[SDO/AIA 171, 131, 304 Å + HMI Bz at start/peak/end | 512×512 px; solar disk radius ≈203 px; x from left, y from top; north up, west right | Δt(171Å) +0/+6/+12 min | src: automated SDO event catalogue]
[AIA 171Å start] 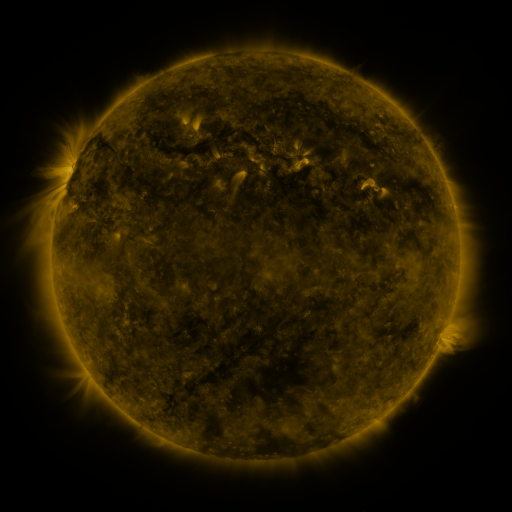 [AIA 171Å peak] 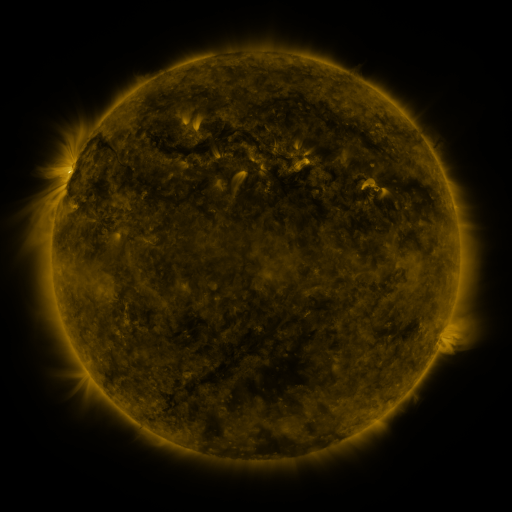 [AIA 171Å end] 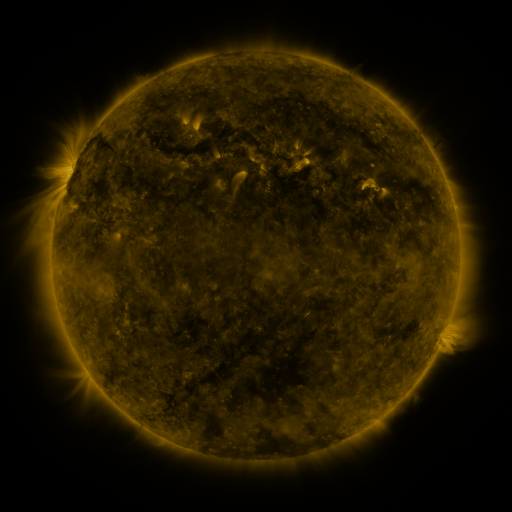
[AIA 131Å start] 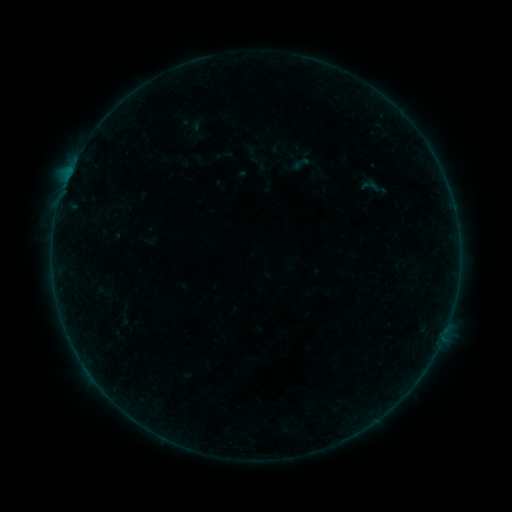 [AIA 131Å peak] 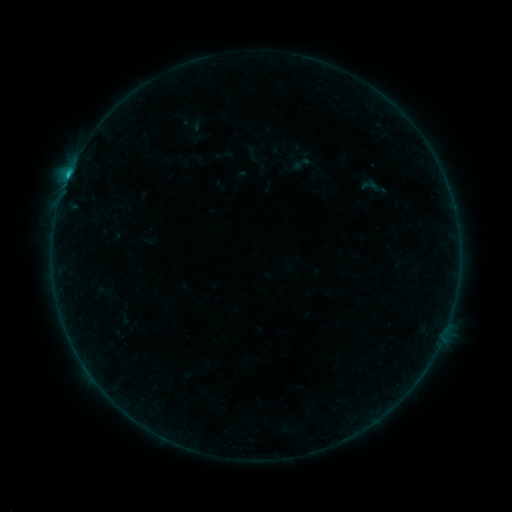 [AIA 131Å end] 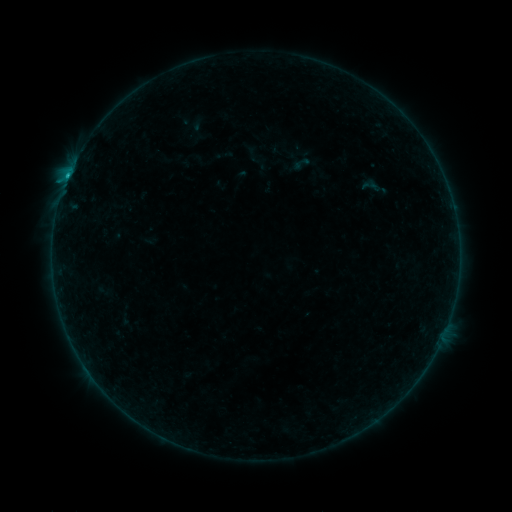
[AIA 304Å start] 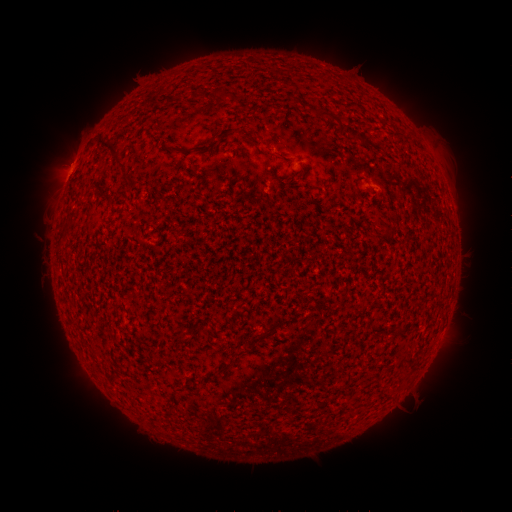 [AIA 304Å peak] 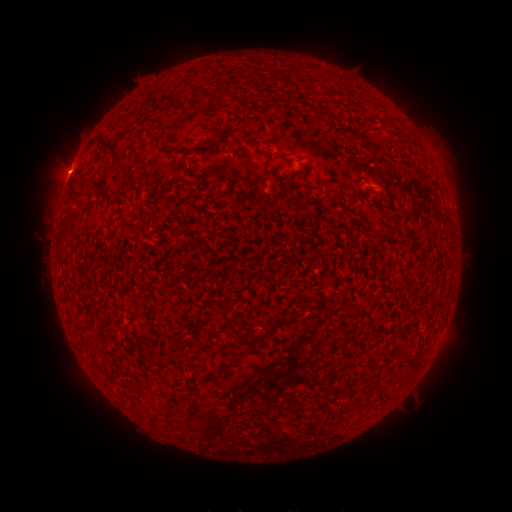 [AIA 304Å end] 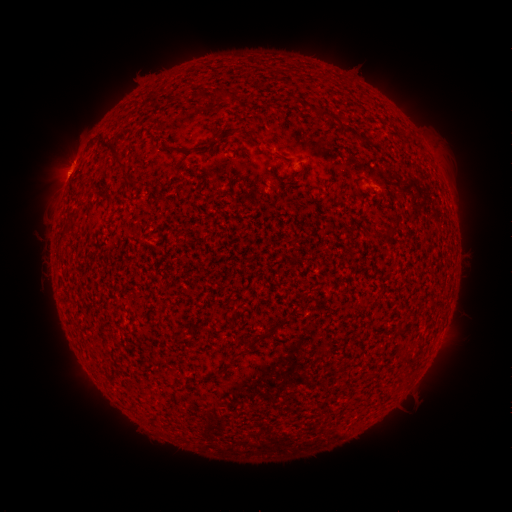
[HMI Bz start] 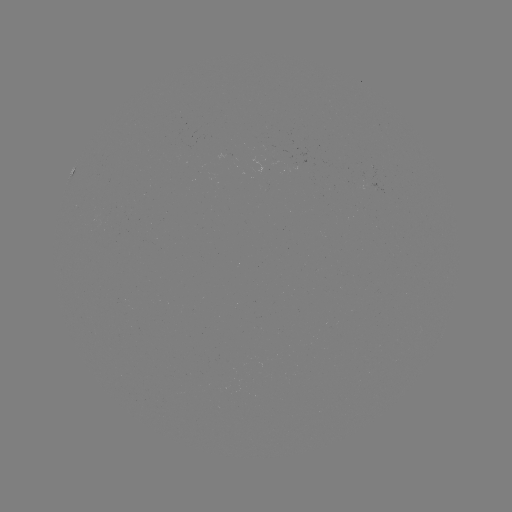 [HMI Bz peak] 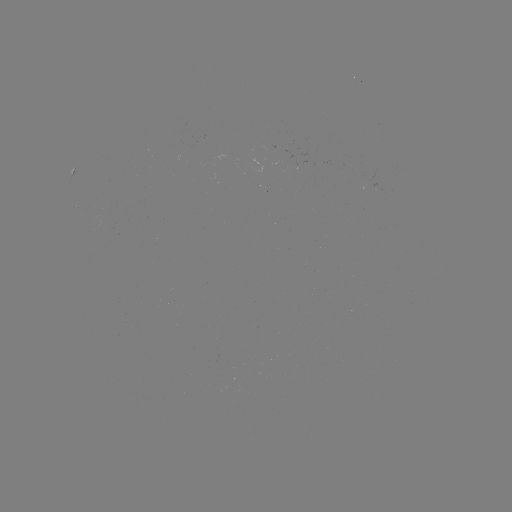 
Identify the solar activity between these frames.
C1.1 flare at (70, 172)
